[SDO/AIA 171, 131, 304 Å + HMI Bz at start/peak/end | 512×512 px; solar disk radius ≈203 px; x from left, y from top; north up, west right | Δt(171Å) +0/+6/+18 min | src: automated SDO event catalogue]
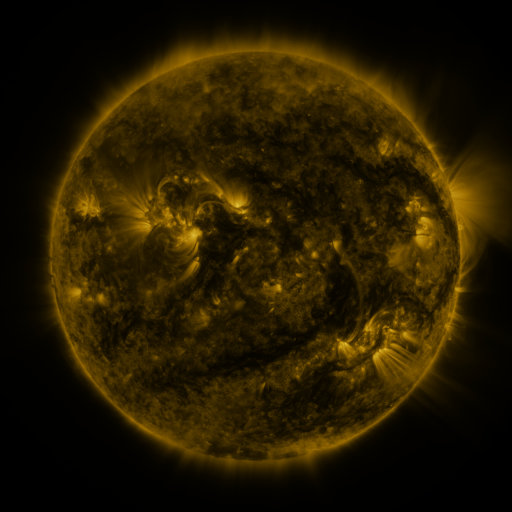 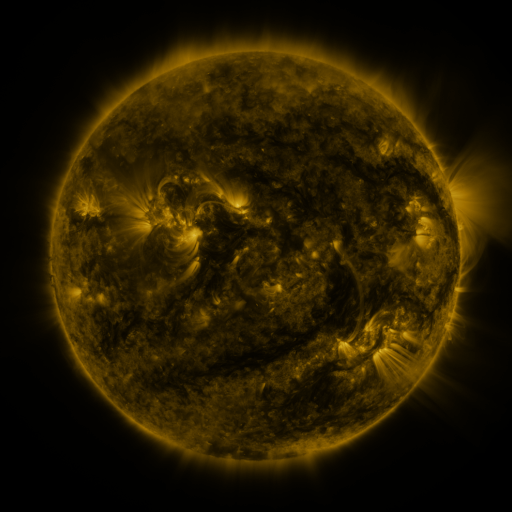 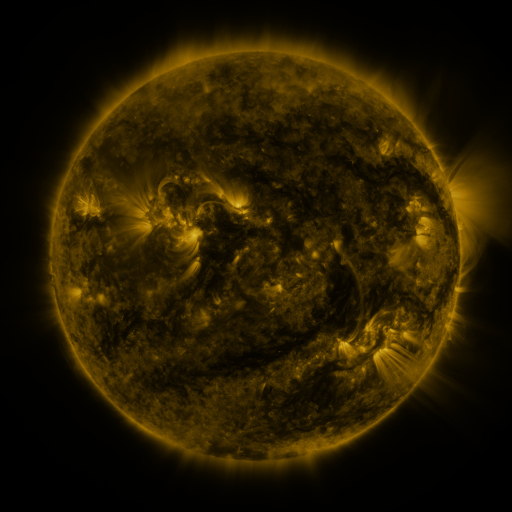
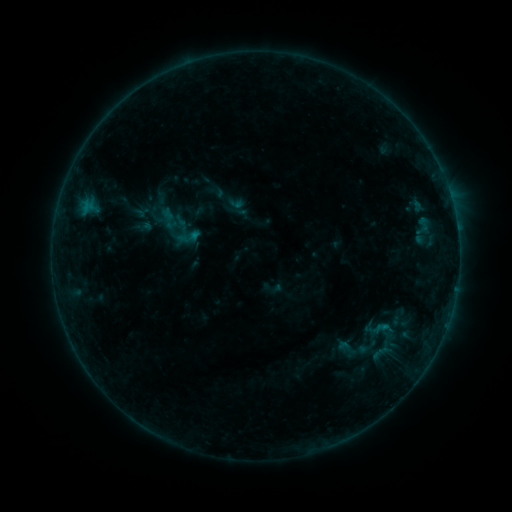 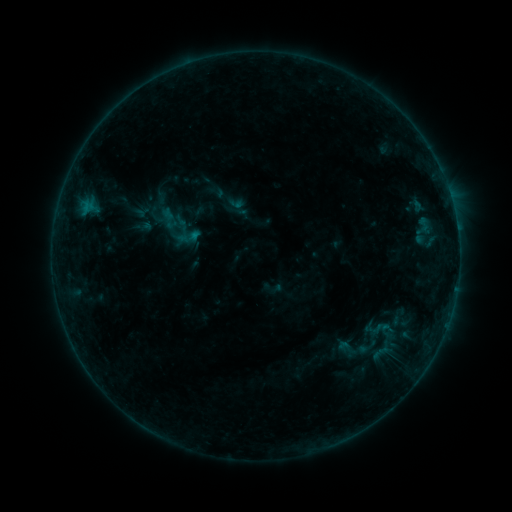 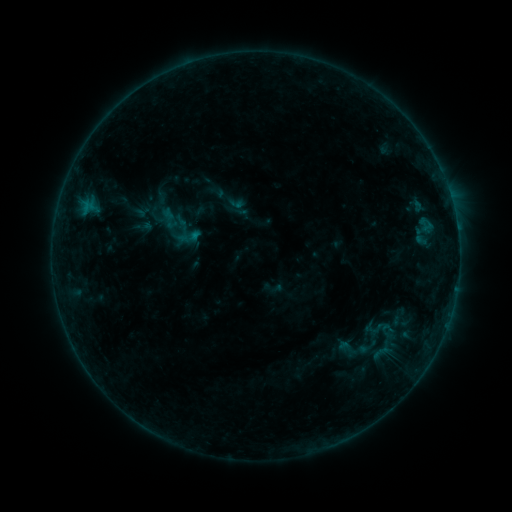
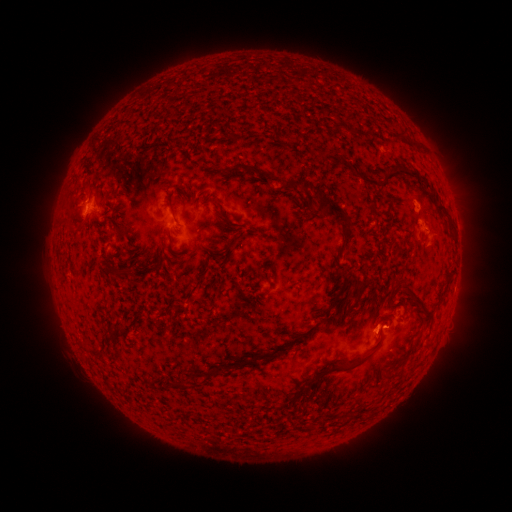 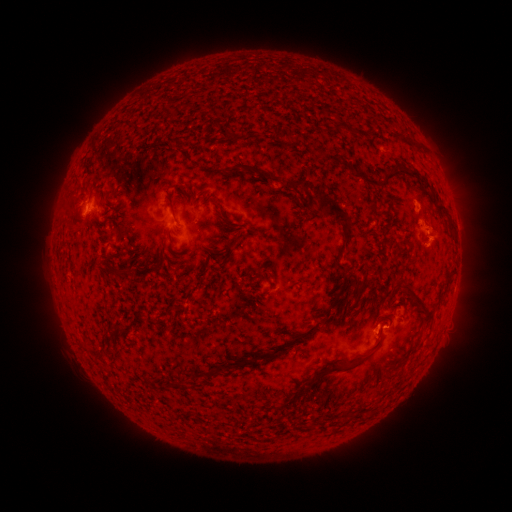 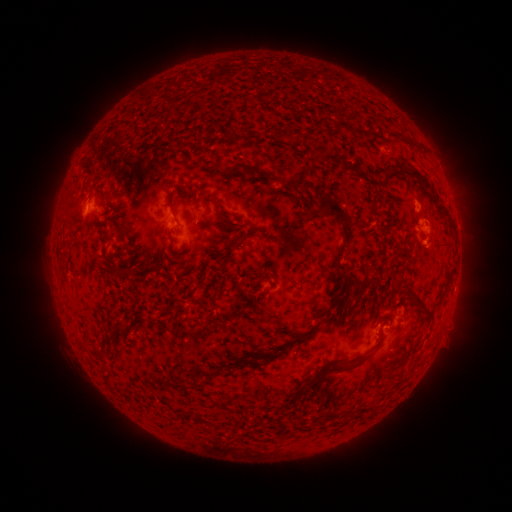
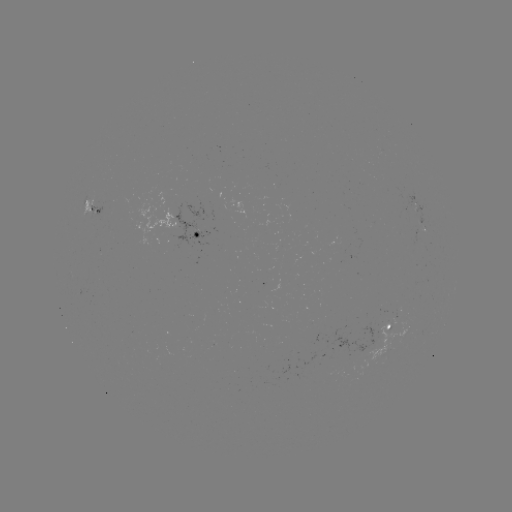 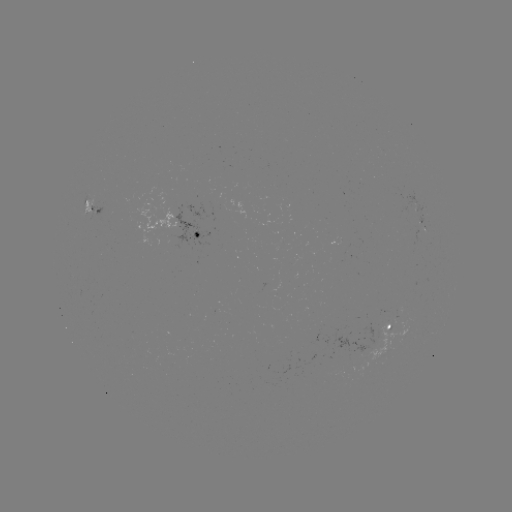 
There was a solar eruption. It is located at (437, 245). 